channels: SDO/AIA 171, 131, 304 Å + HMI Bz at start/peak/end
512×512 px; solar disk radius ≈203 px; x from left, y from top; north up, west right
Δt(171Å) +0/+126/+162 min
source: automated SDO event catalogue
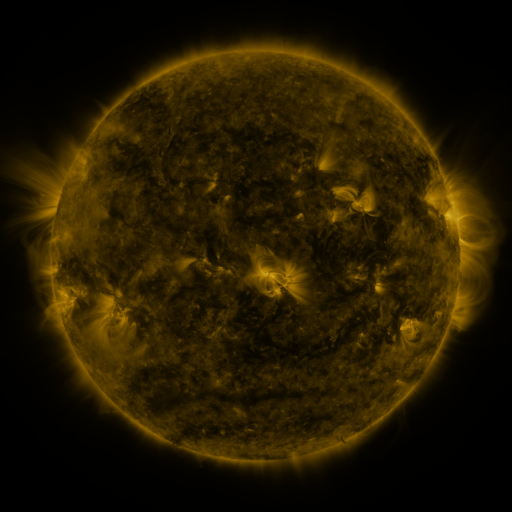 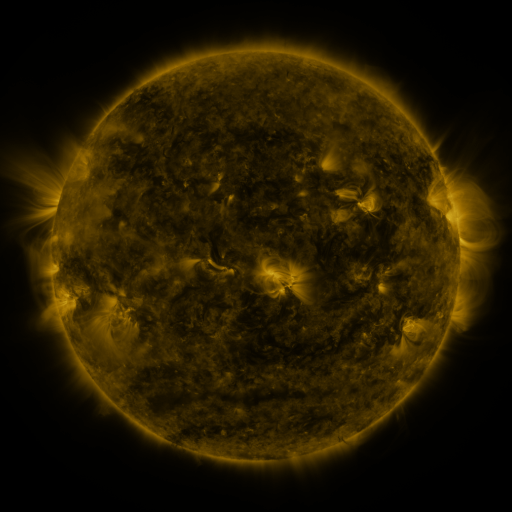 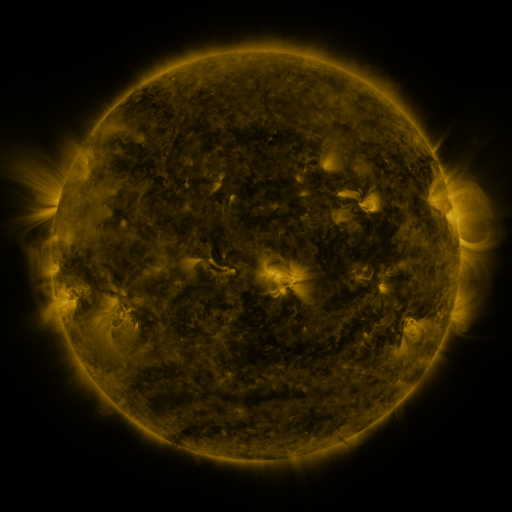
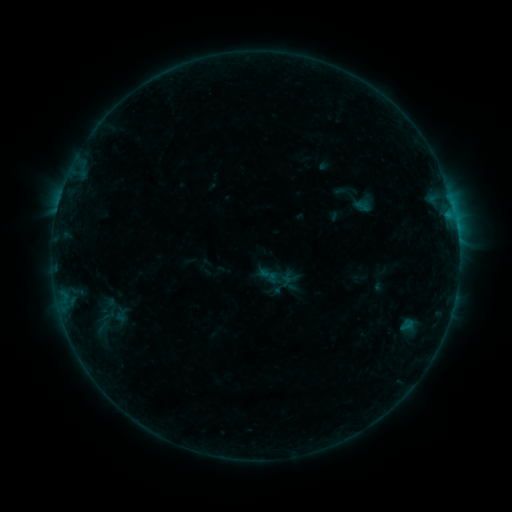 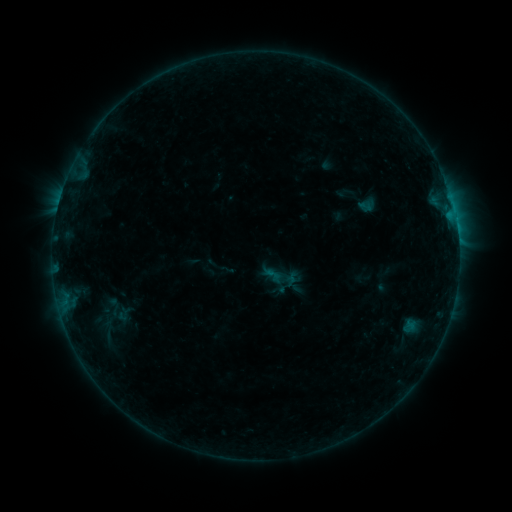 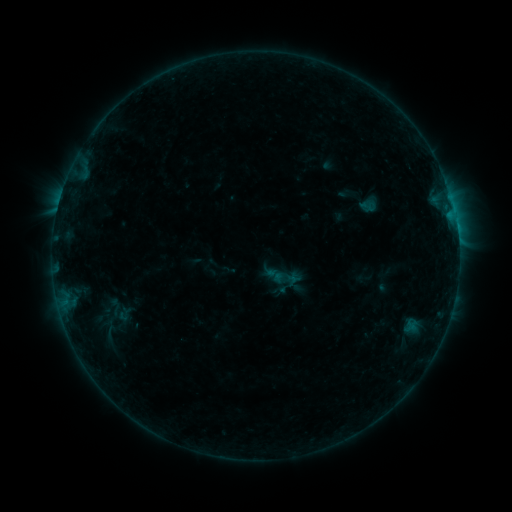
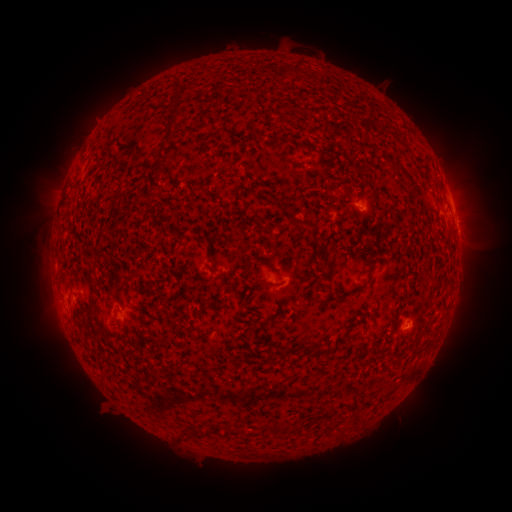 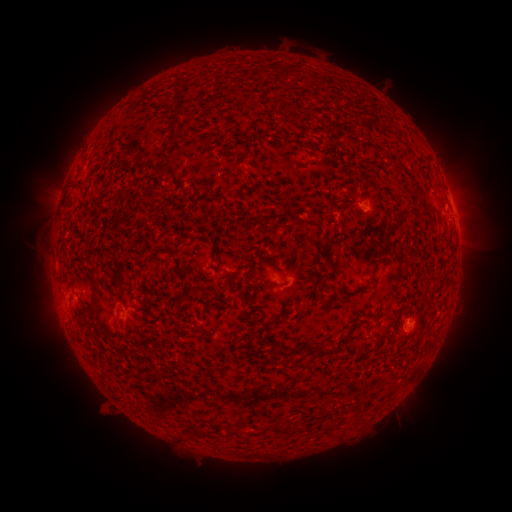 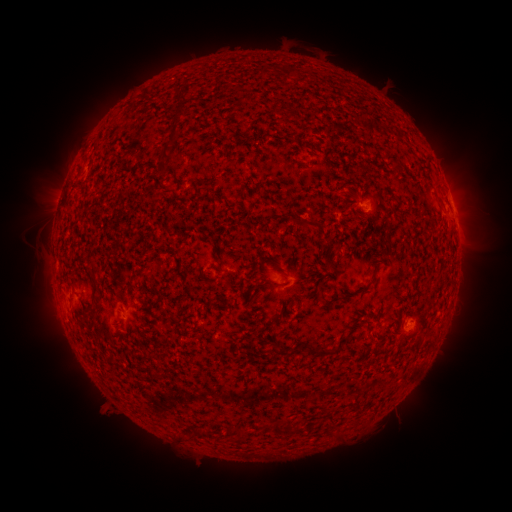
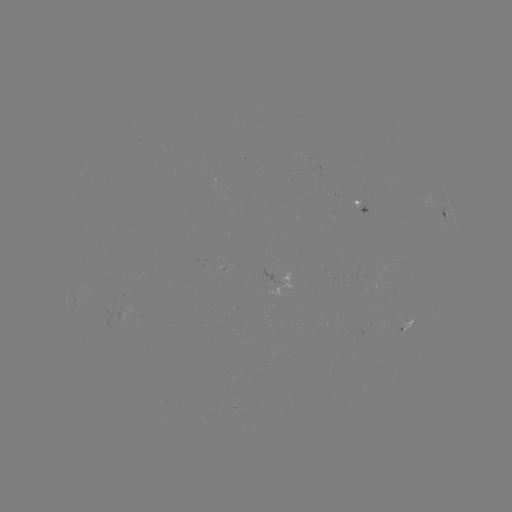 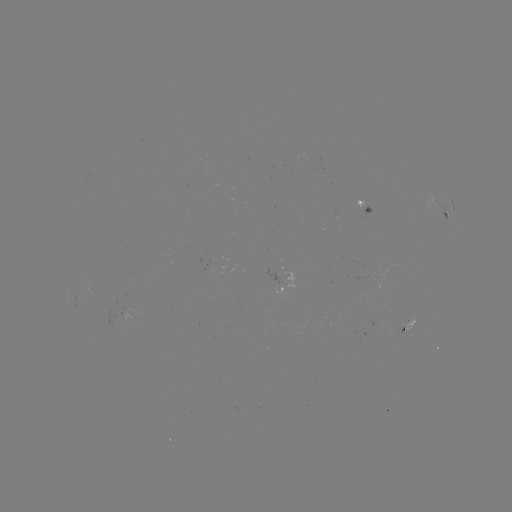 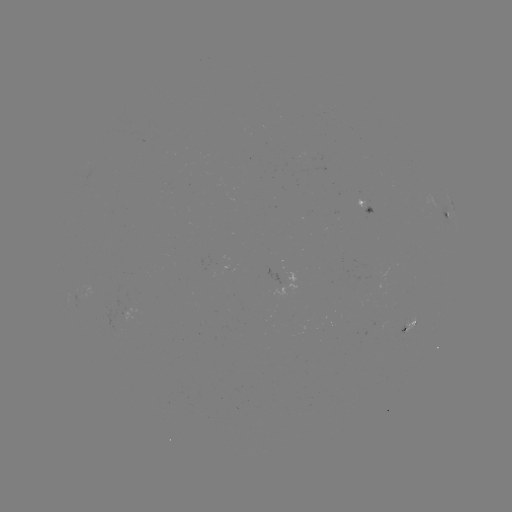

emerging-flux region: [353, 198, 368, 210]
